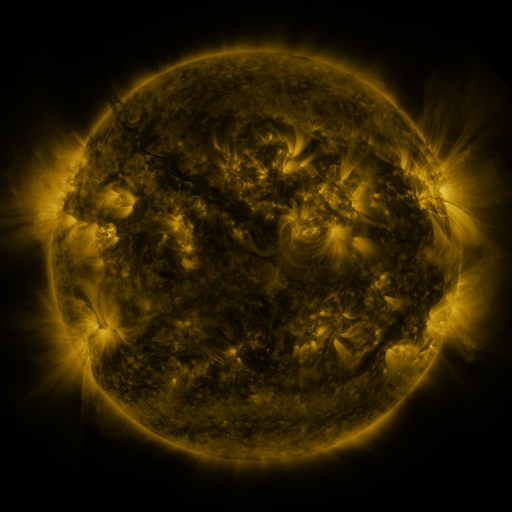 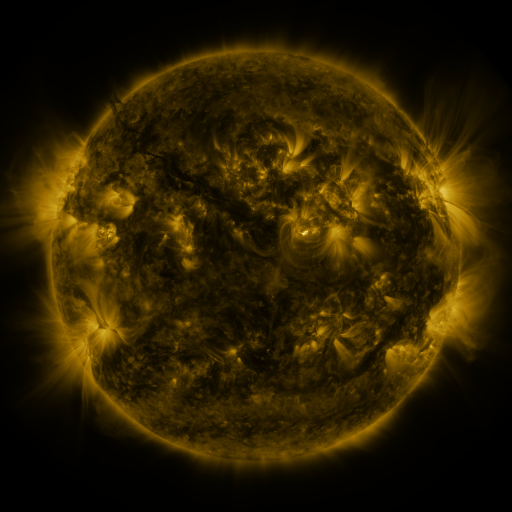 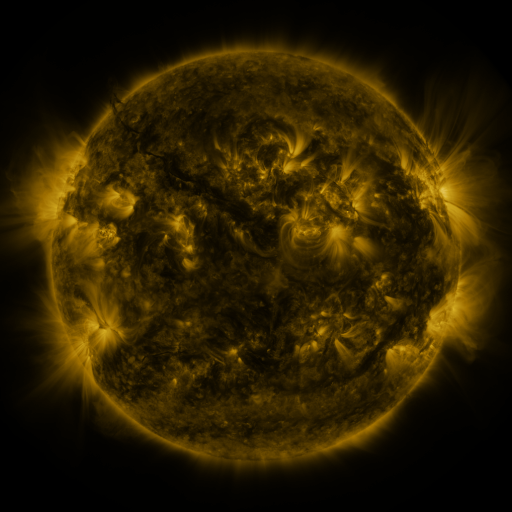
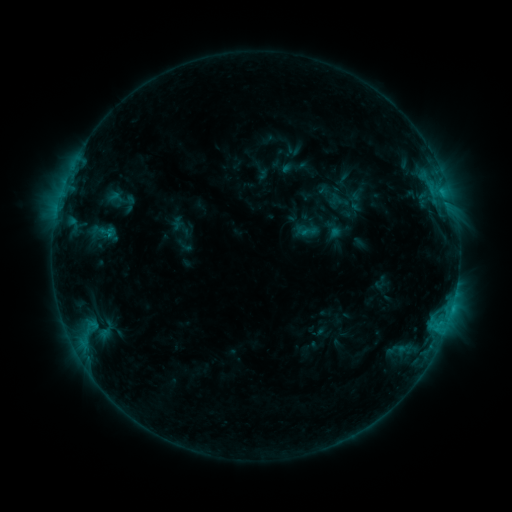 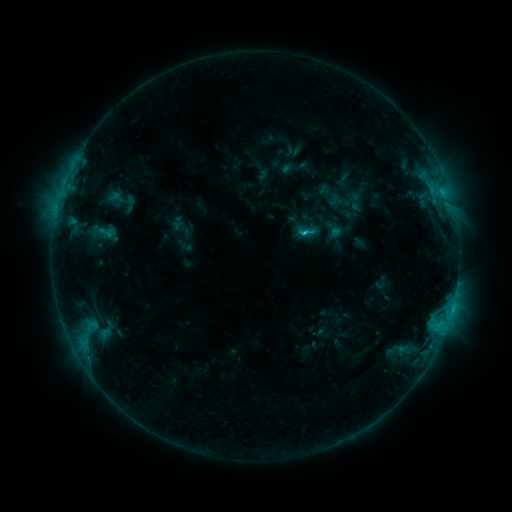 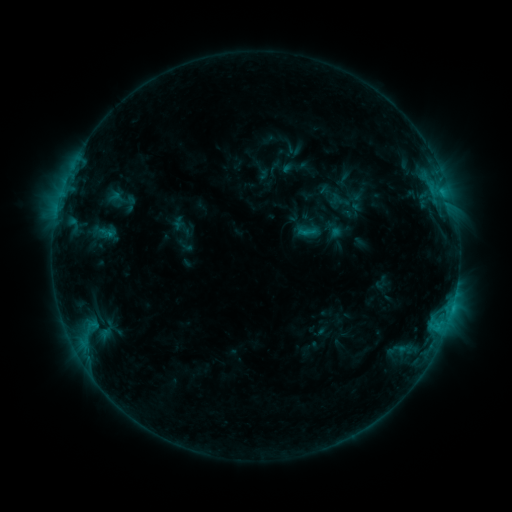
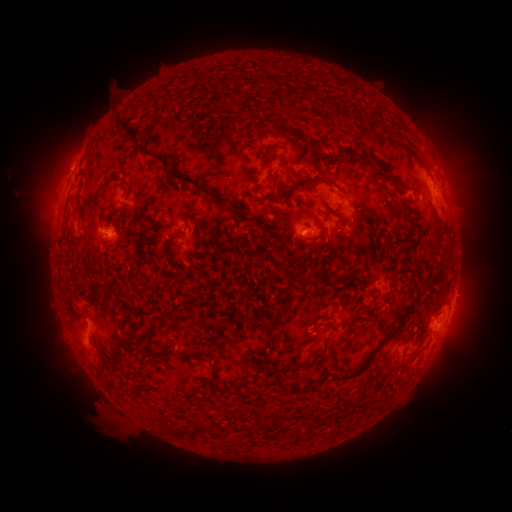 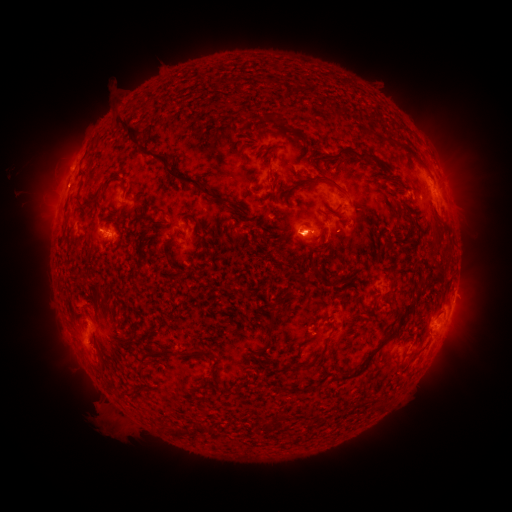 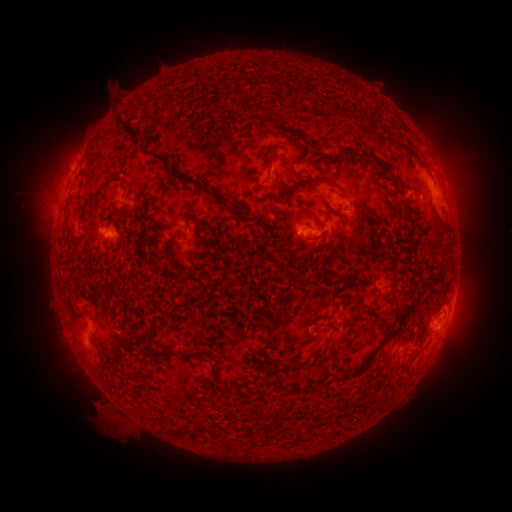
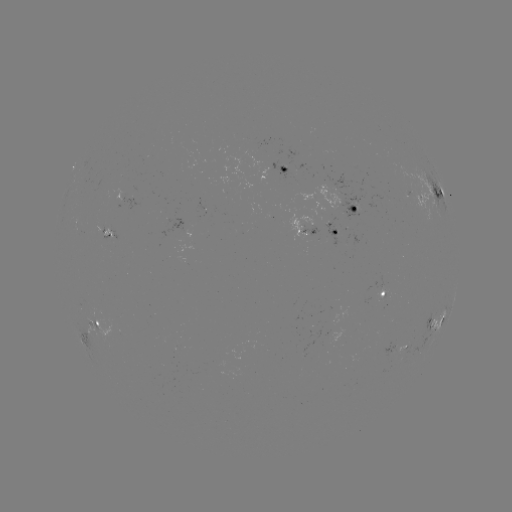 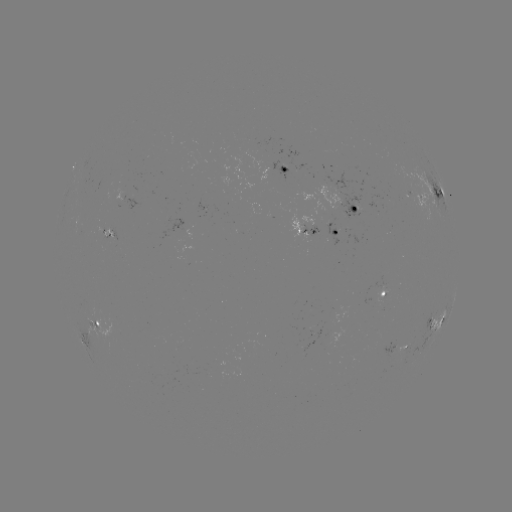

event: flare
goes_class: C1.2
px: (301, 234)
